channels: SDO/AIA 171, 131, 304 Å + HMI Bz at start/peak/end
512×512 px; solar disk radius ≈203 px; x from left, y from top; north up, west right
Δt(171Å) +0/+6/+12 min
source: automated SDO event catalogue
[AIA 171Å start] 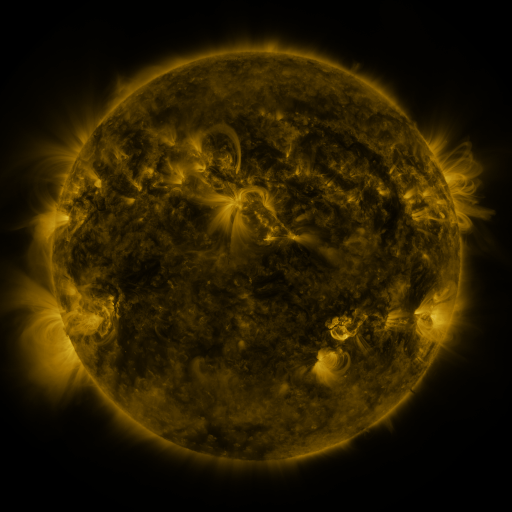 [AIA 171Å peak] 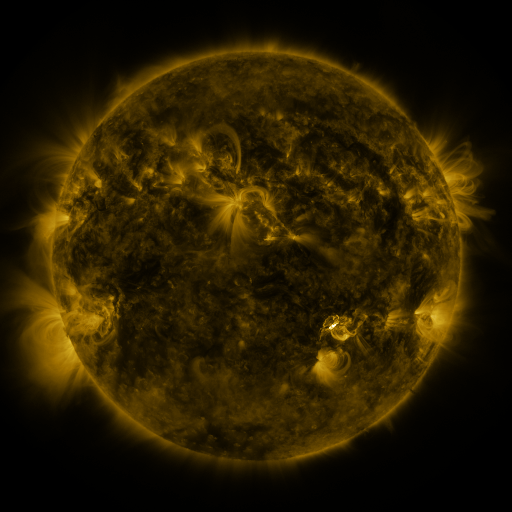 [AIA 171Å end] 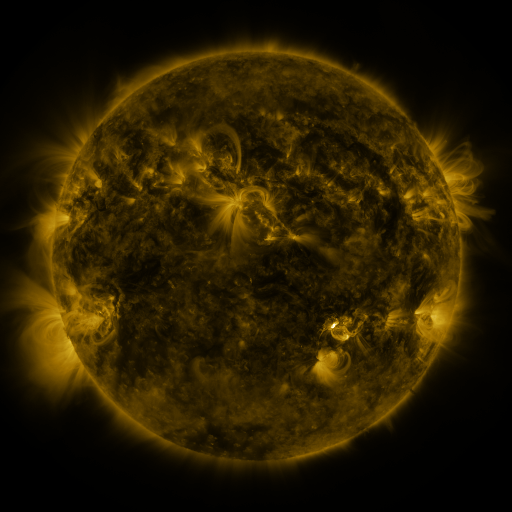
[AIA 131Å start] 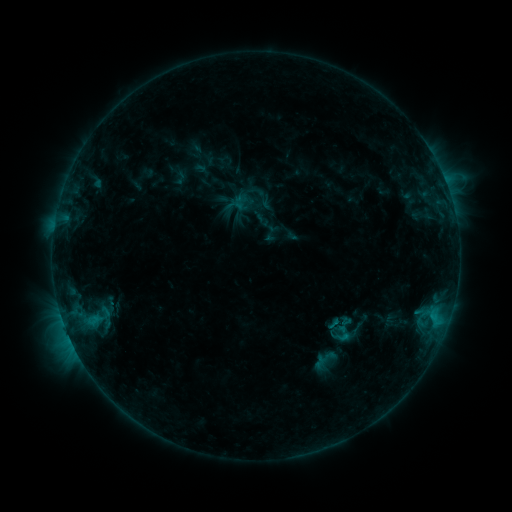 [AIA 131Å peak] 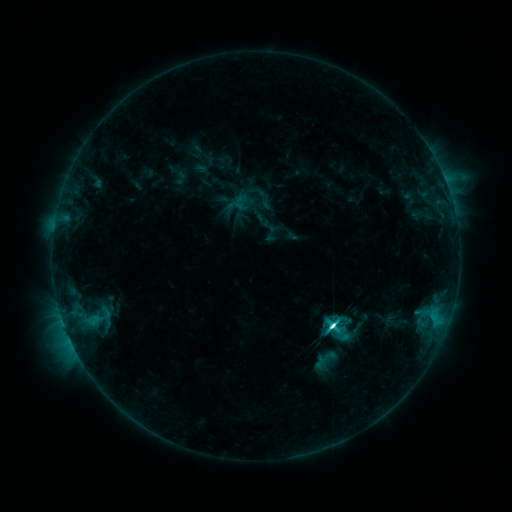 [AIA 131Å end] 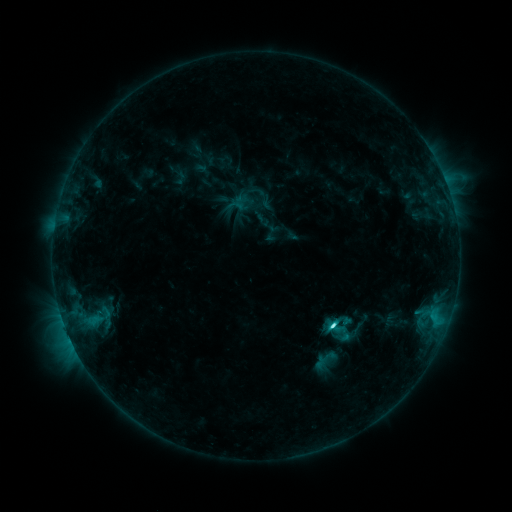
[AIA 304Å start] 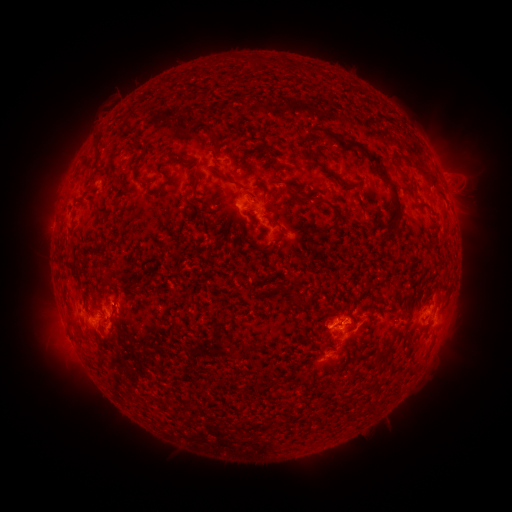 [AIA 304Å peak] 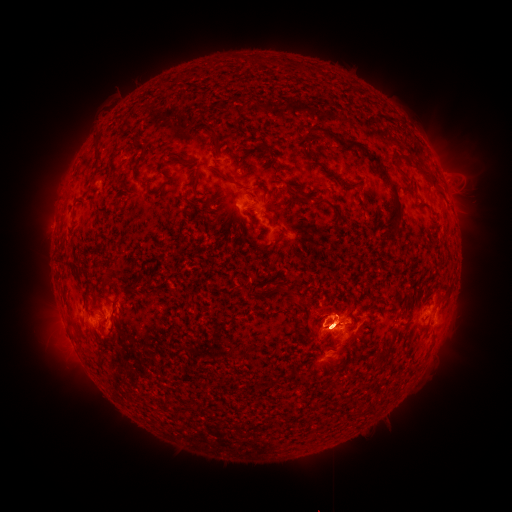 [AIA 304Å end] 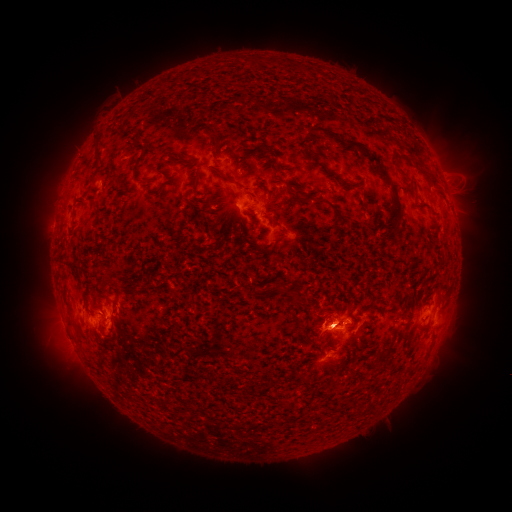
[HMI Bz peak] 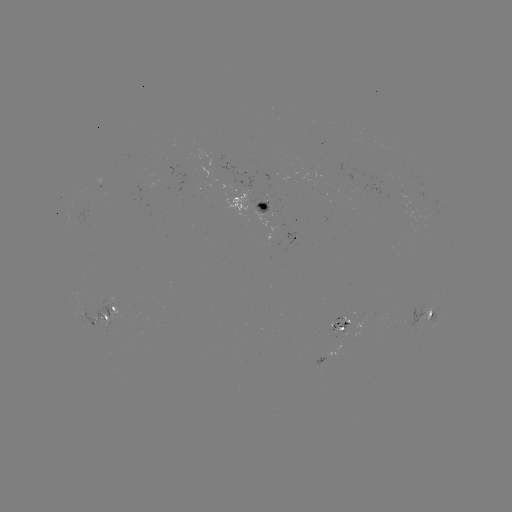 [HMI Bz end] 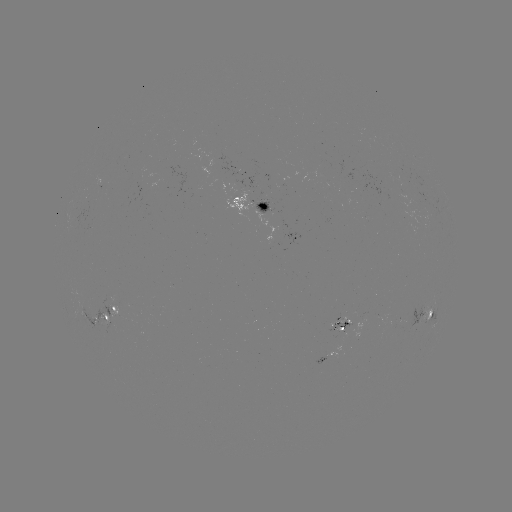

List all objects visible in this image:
C7.7 flare: (332, 325)
